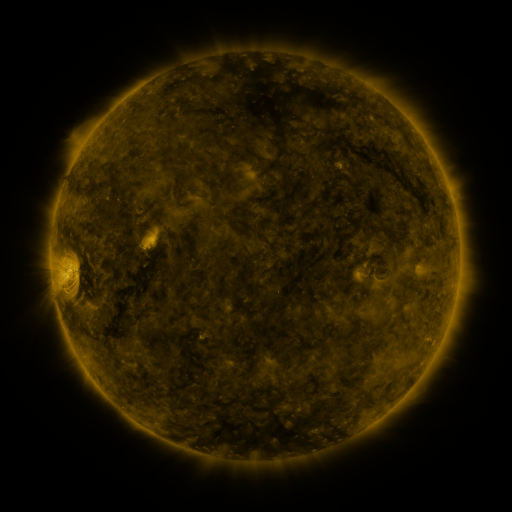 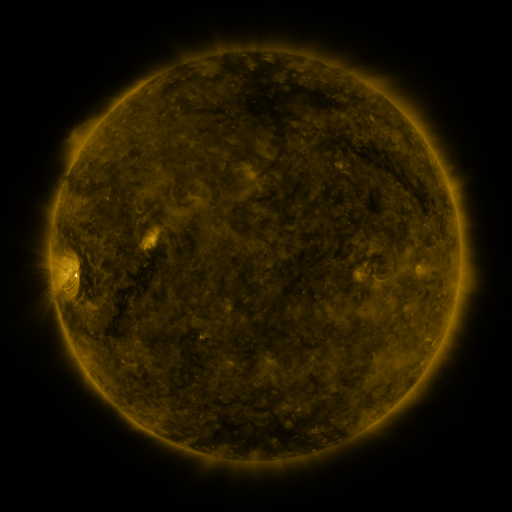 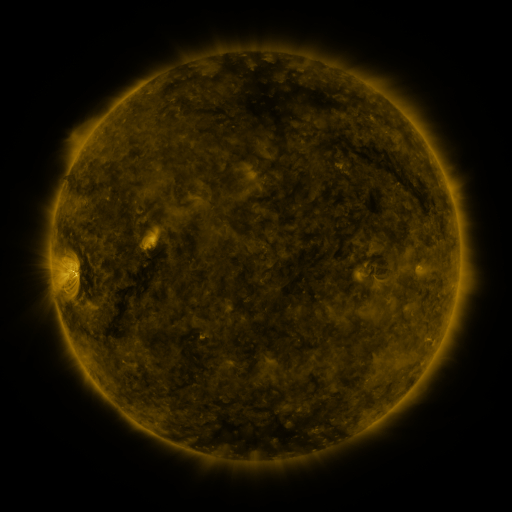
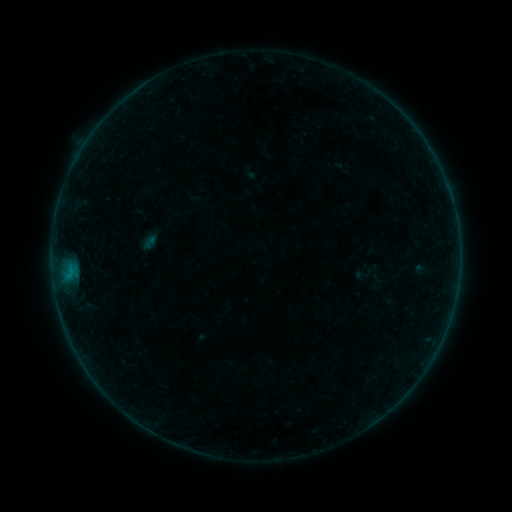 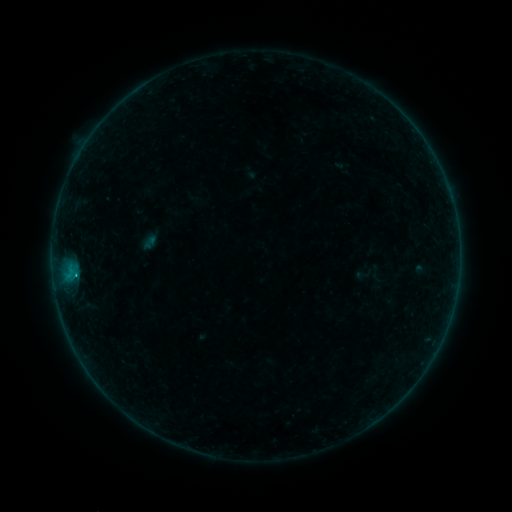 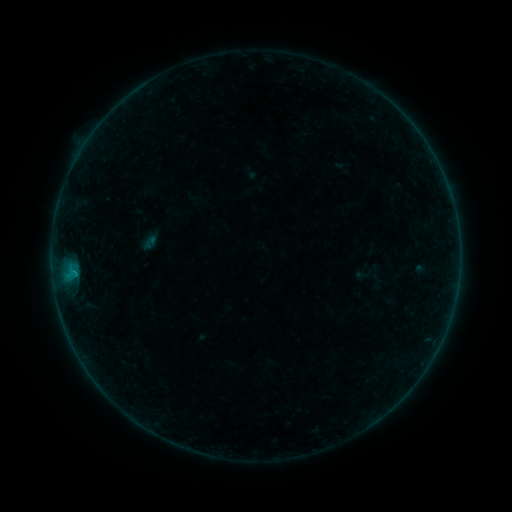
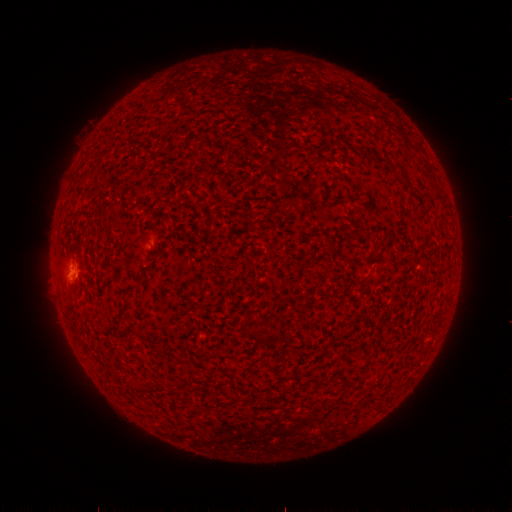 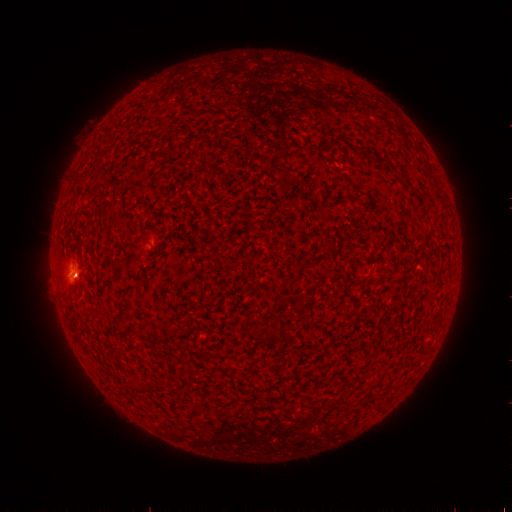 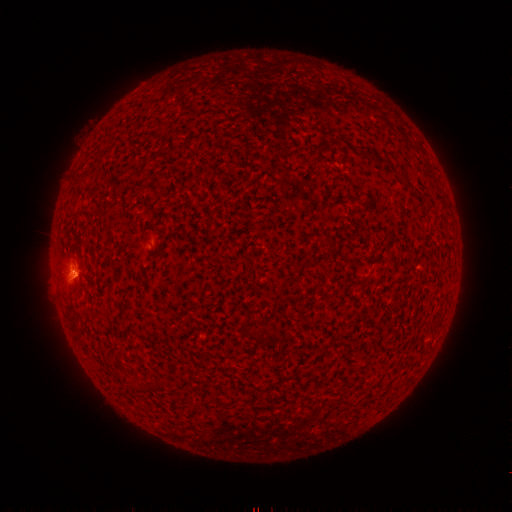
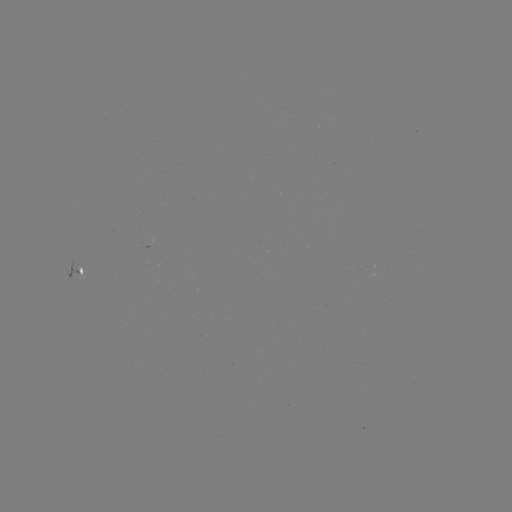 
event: flare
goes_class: B2.8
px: (76, 274)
